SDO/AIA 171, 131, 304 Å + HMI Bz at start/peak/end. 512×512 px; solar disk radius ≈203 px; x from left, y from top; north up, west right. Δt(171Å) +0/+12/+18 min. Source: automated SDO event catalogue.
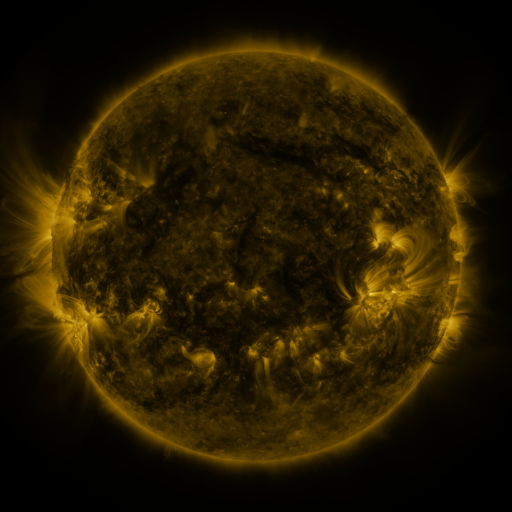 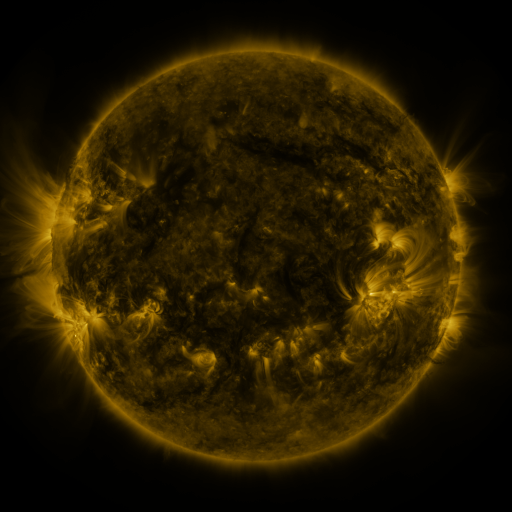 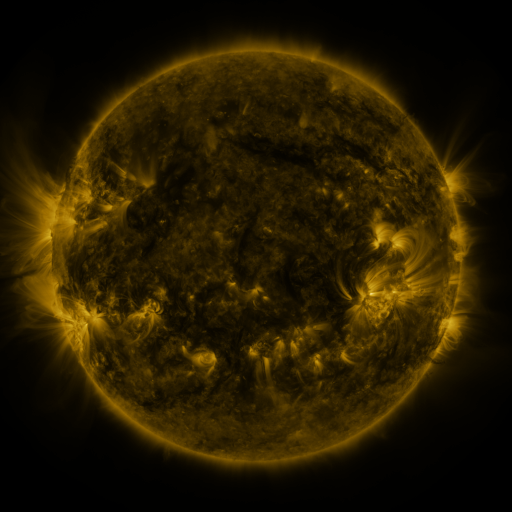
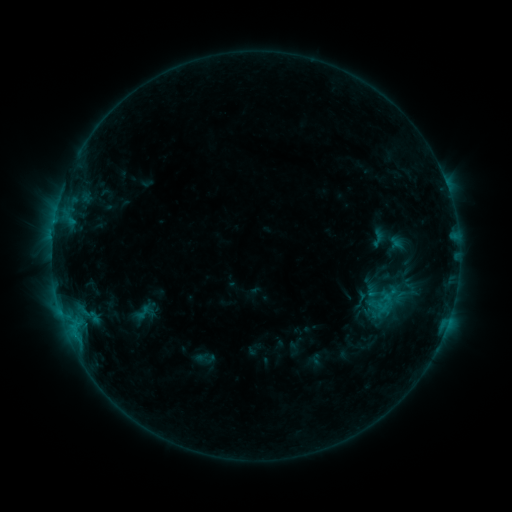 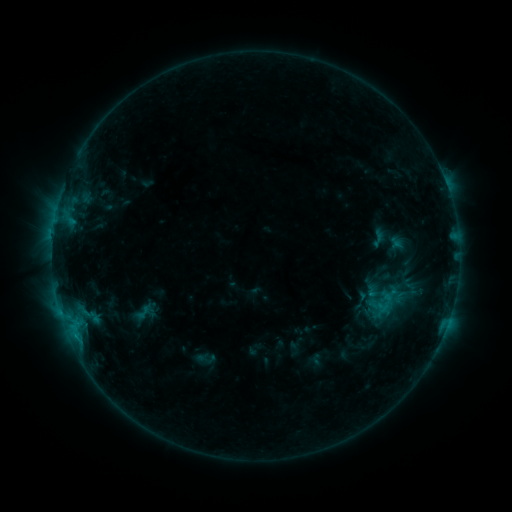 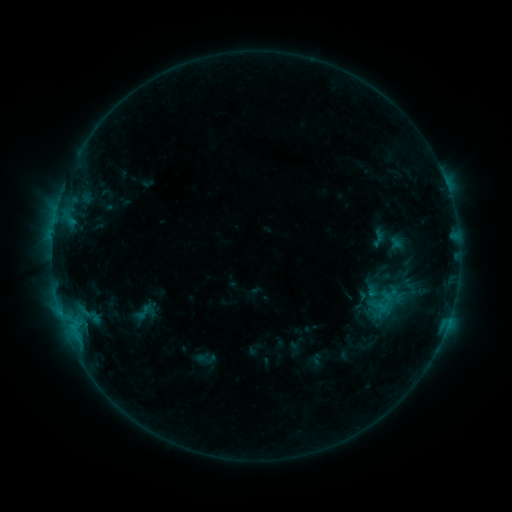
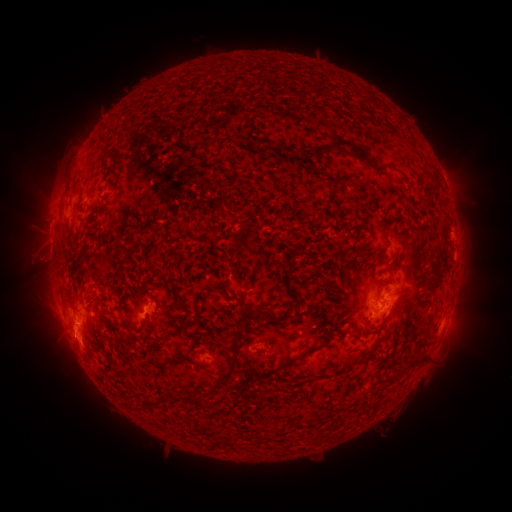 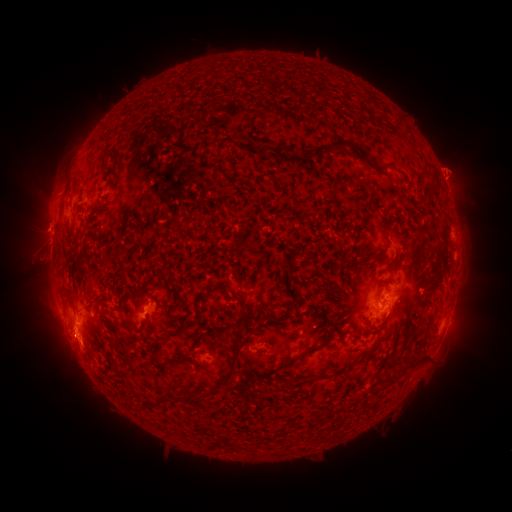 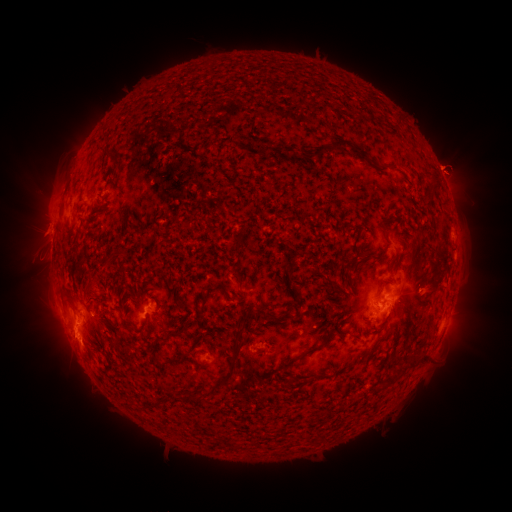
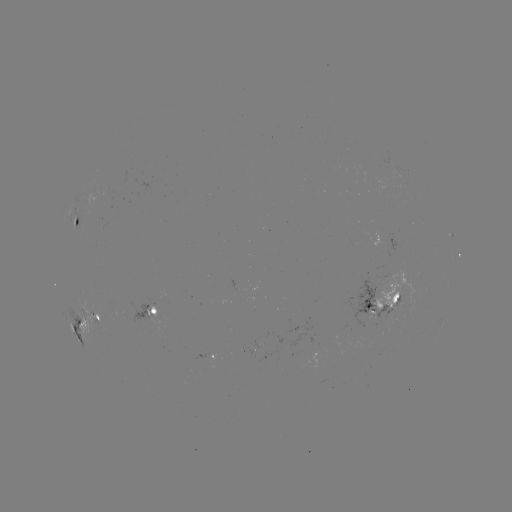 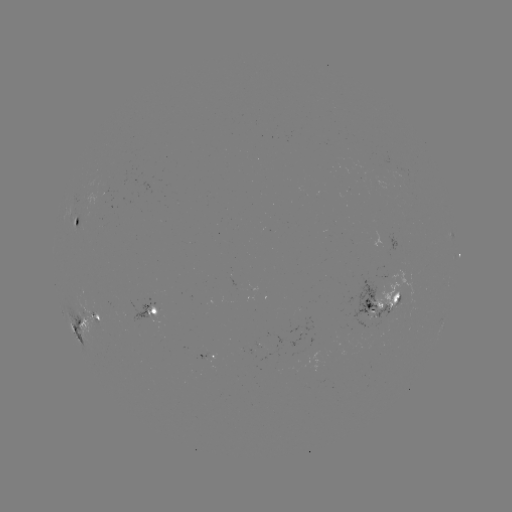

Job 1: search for eruption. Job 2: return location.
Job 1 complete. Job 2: (450, 172).